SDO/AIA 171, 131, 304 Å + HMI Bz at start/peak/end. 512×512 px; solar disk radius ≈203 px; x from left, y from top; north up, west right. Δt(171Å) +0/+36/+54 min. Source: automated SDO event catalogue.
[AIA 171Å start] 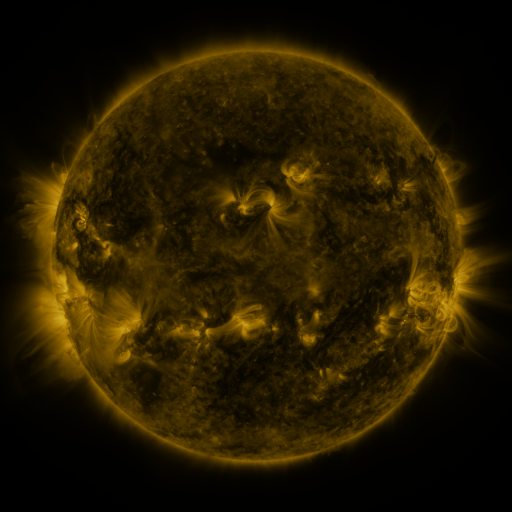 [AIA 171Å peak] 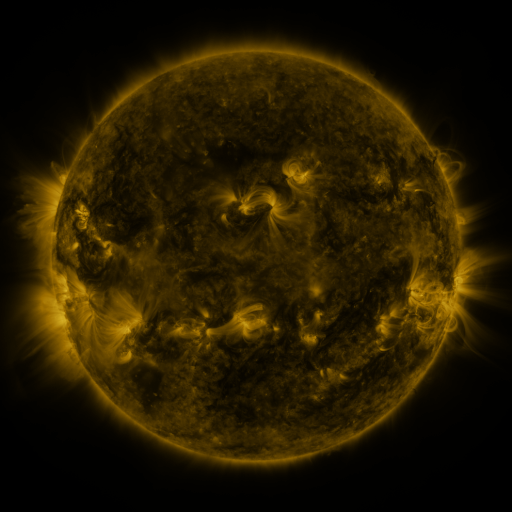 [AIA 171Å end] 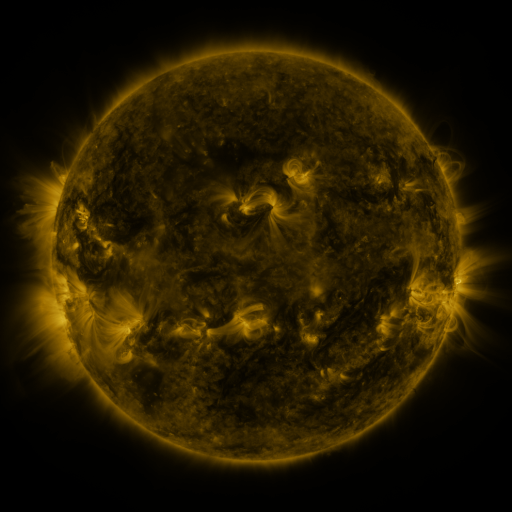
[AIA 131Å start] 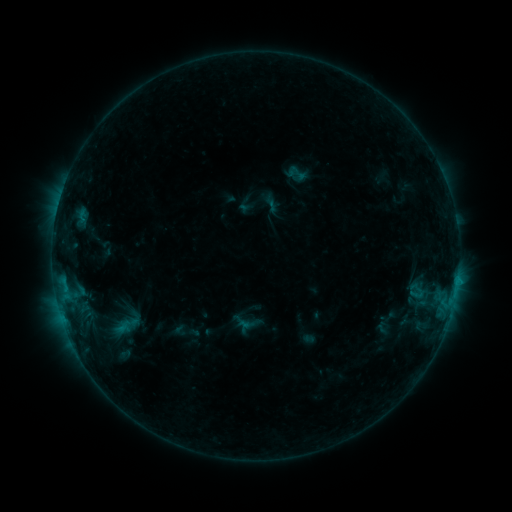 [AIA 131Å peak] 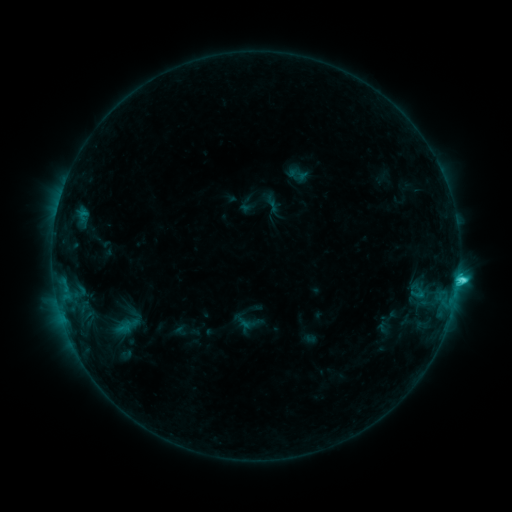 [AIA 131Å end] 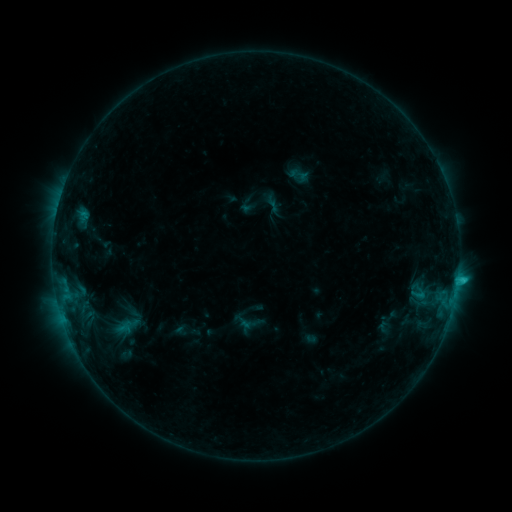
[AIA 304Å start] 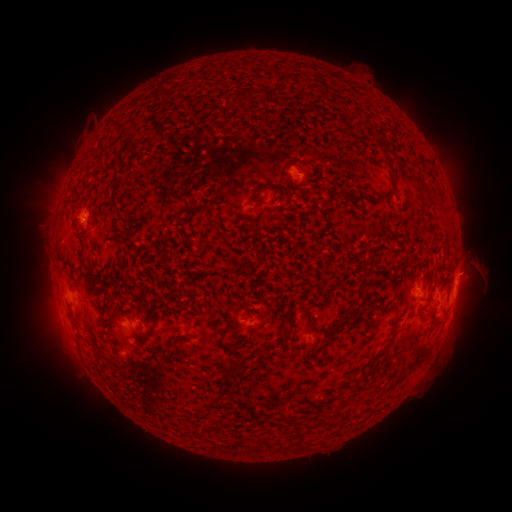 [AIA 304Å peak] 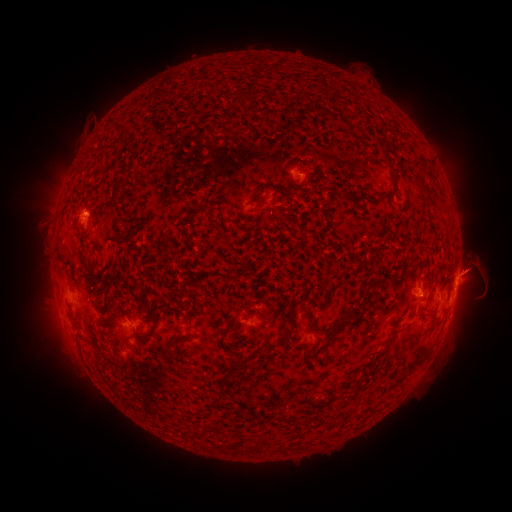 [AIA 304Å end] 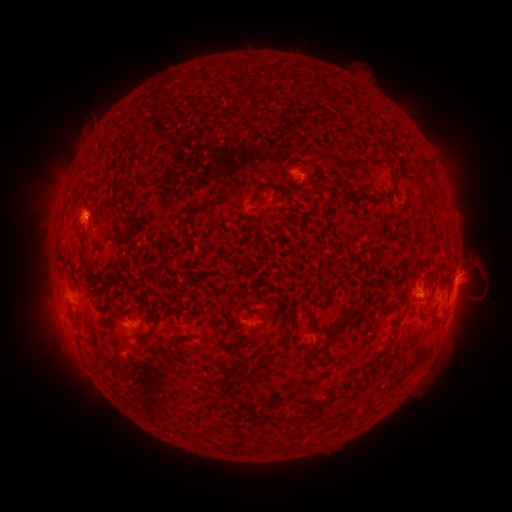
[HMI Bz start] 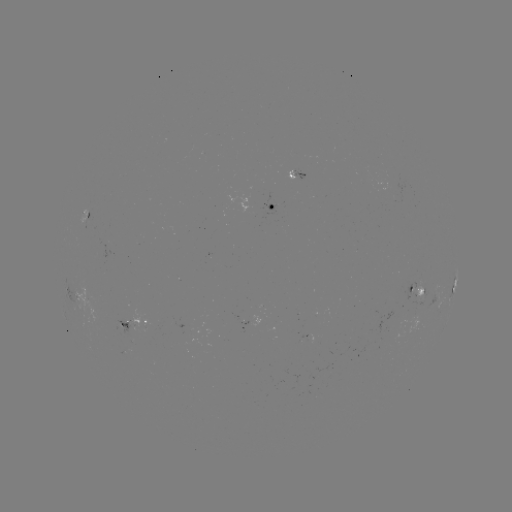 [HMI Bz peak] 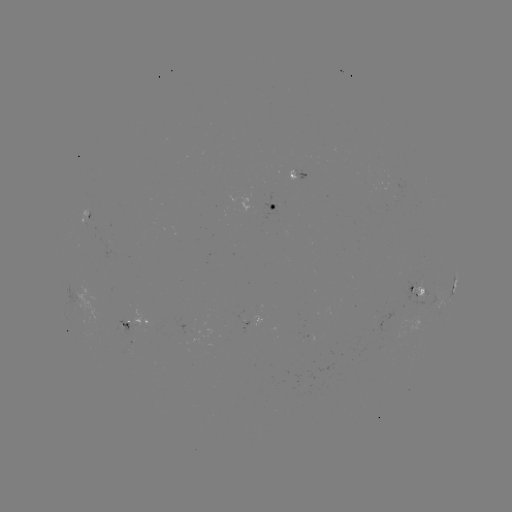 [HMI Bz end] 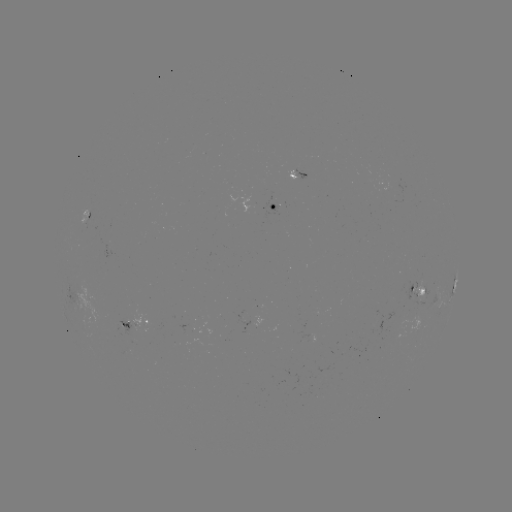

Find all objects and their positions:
C2.9 flare: (458, 277)
